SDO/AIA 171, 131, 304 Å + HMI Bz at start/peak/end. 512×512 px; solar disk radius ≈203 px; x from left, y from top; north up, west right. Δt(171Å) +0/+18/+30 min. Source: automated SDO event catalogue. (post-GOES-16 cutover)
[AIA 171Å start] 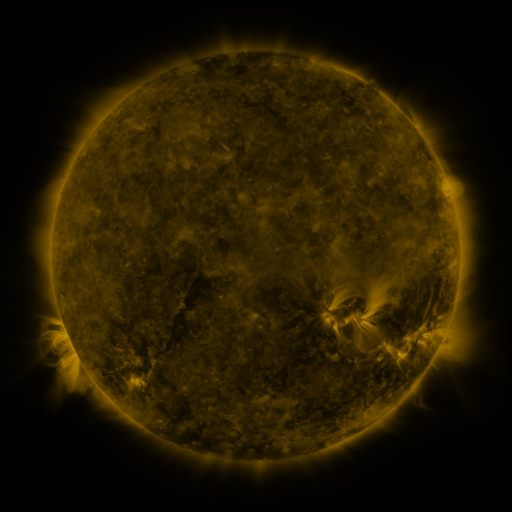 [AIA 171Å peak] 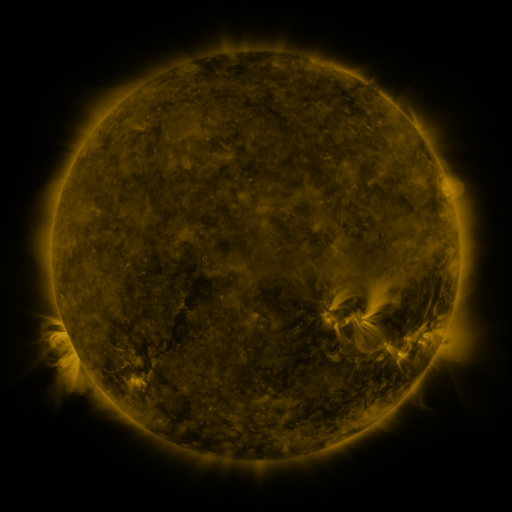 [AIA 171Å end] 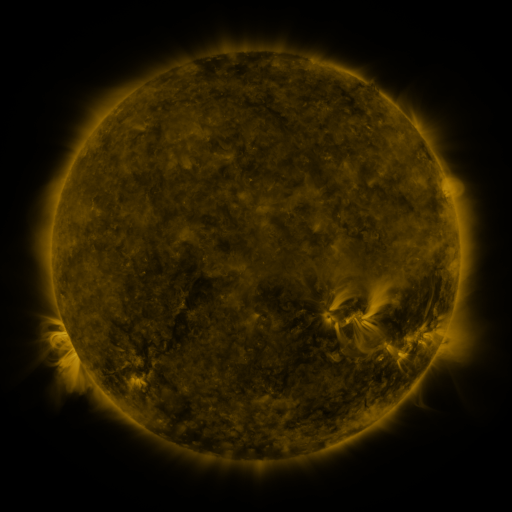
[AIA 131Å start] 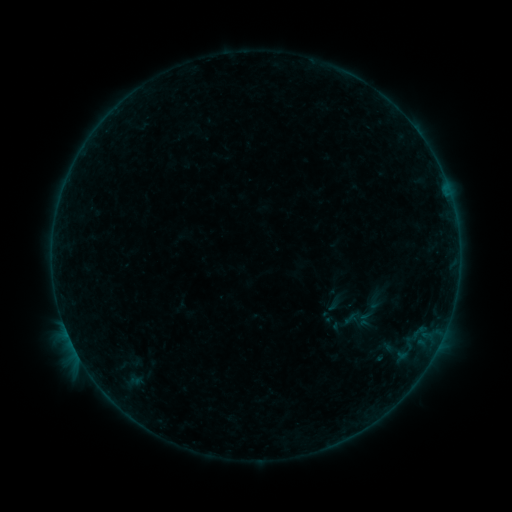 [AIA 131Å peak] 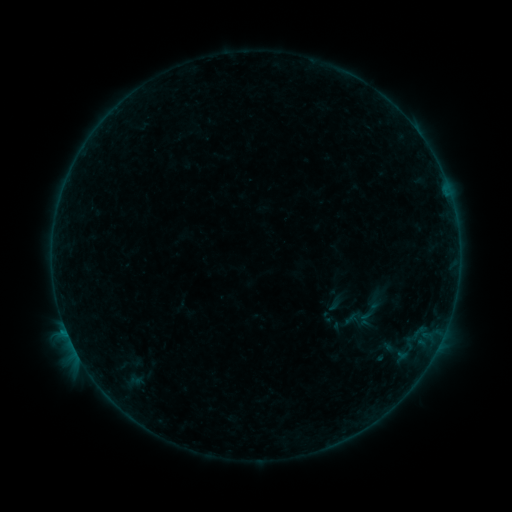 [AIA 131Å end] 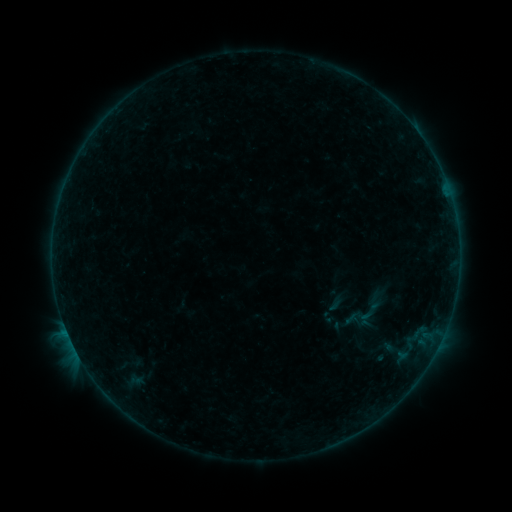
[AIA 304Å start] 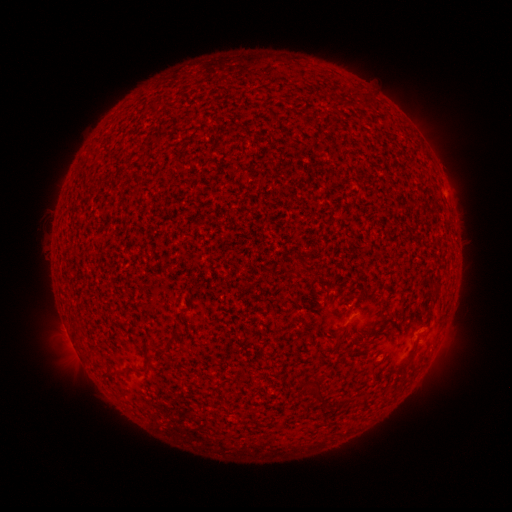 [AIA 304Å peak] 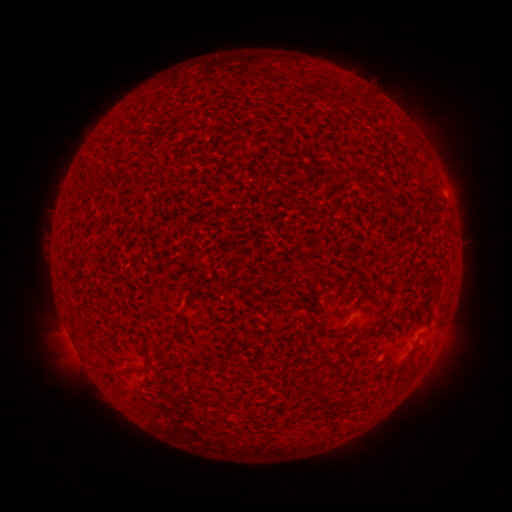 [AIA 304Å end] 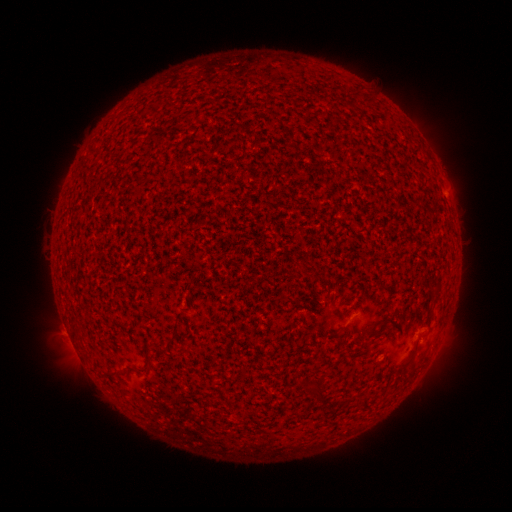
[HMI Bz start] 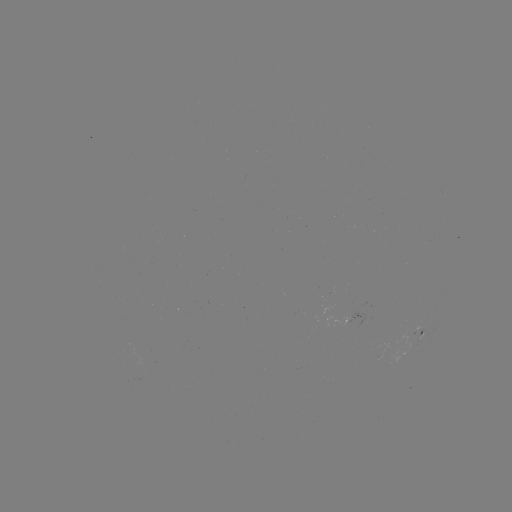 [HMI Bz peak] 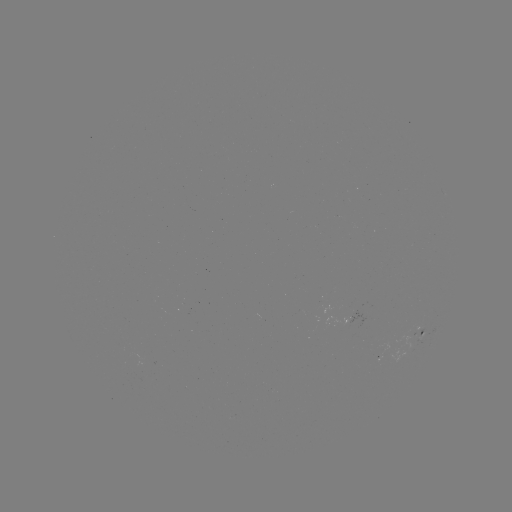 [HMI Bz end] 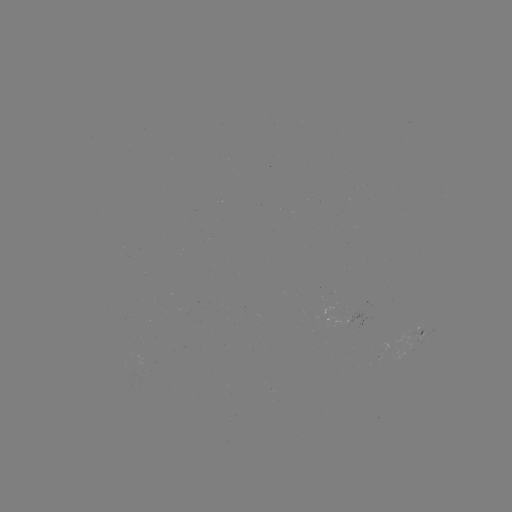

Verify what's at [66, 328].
B1.9 flare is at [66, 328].